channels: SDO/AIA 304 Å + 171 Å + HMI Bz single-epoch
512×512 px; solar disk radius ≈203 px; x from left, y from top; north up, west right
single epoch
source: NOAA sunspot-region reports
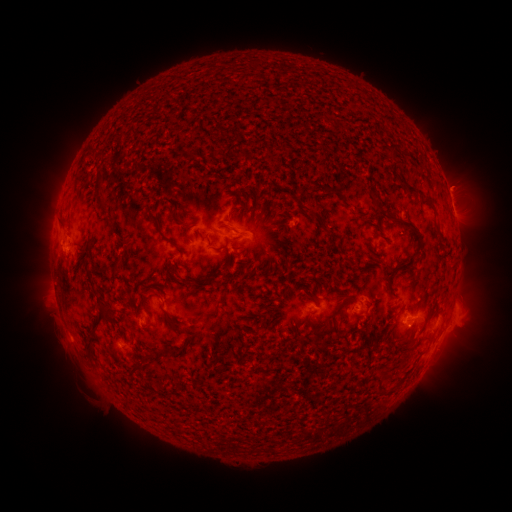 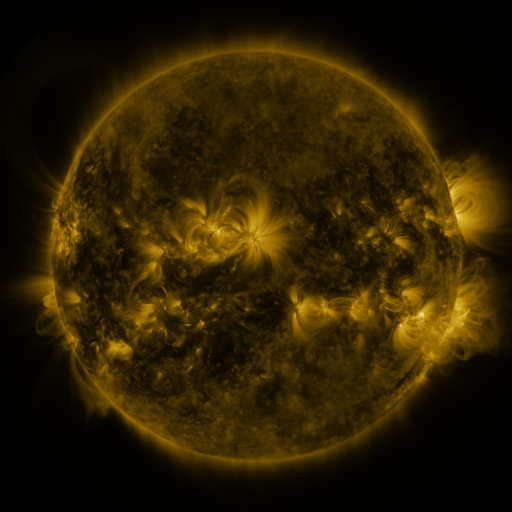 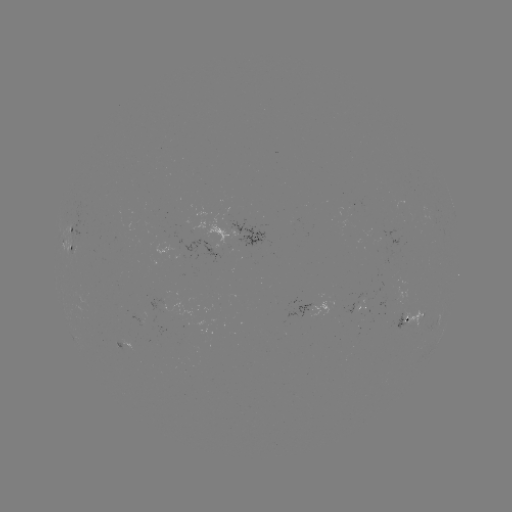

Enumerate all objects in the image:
spotted active region: (451, 202)
spotted active region: (256, 238)
spotted active region: (74, 242)
spotted active region: (70, 248)
spotted active region: (311, 308)
spotted active region: (414, 316)
spotted active region: (124, 348)
